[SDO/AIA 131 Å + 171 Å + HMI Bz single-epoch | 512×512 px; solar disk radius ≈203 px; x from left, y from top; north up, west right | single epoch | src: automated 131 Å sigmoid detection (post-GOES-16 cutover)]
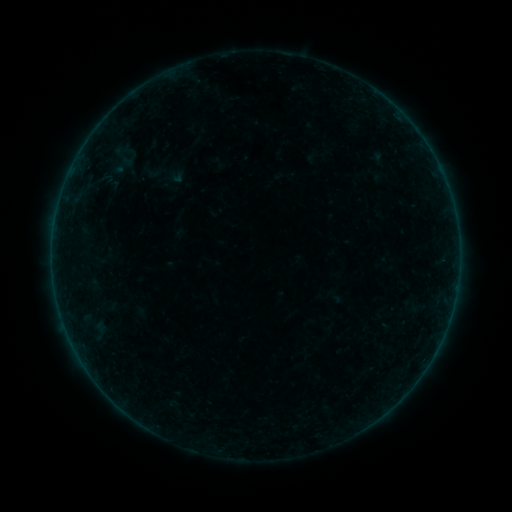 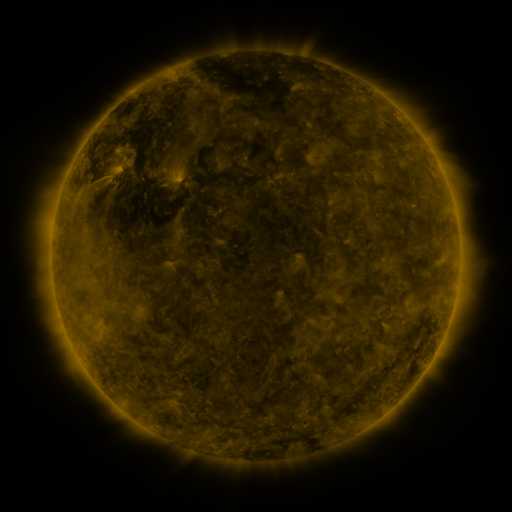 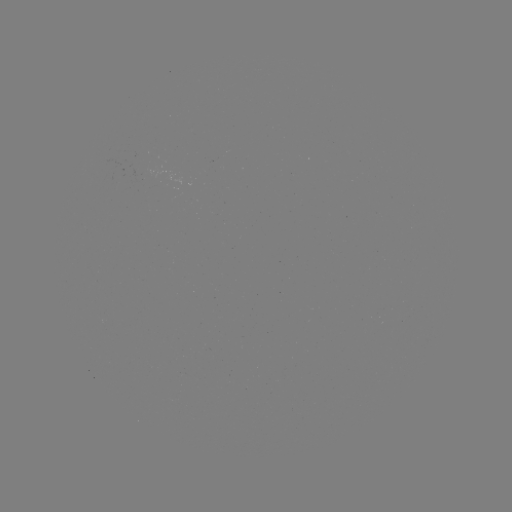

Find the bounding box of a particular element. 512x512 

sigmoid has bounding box [120, 150, 138, 170].